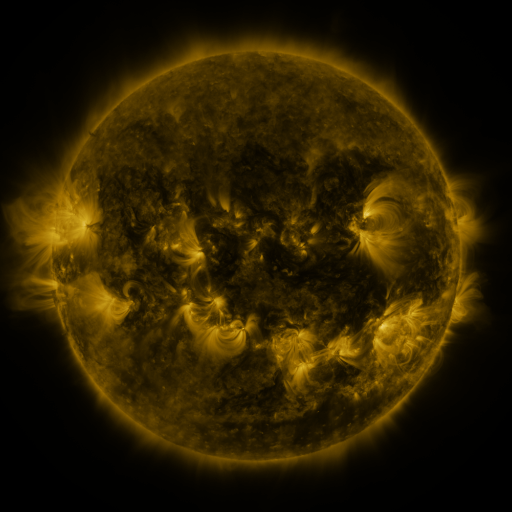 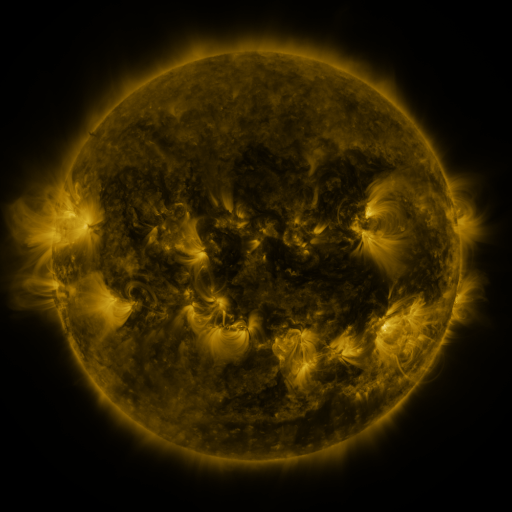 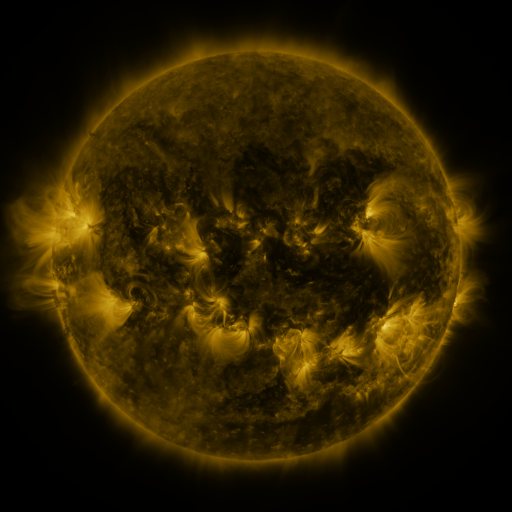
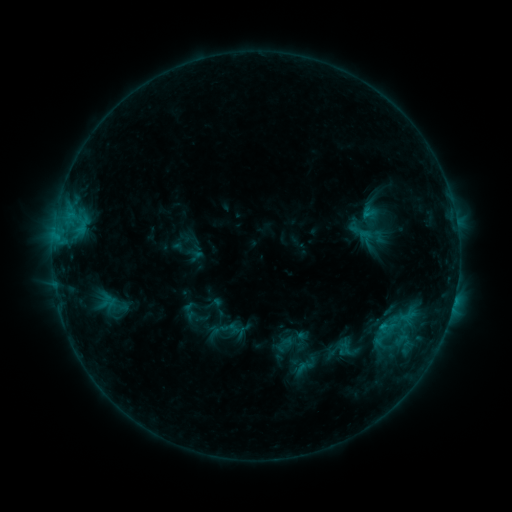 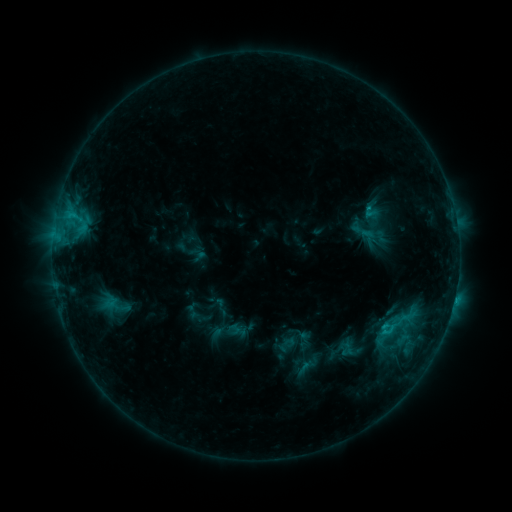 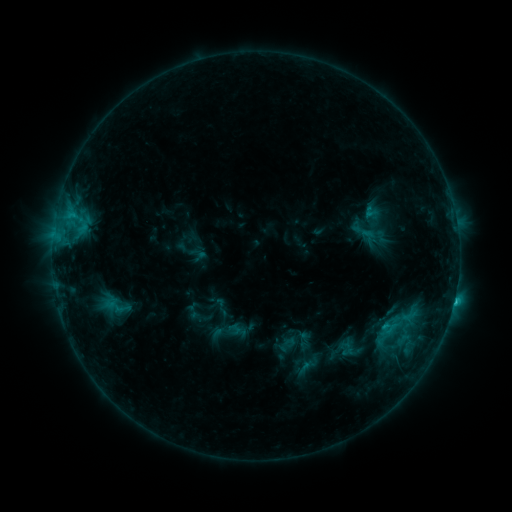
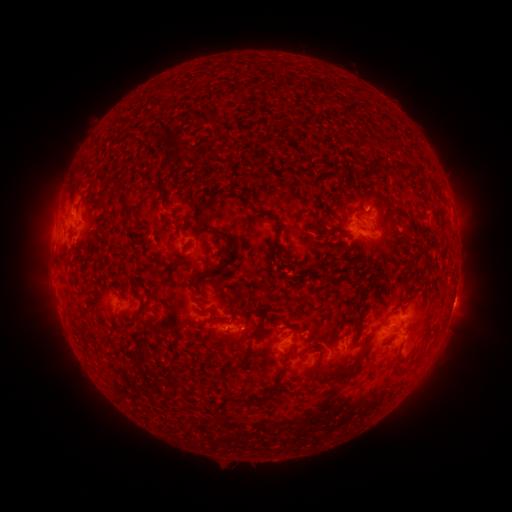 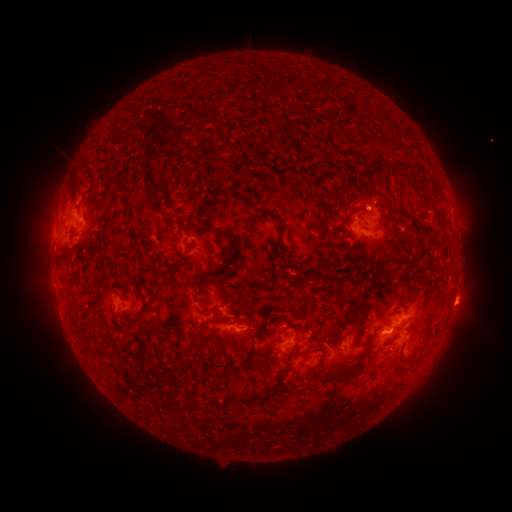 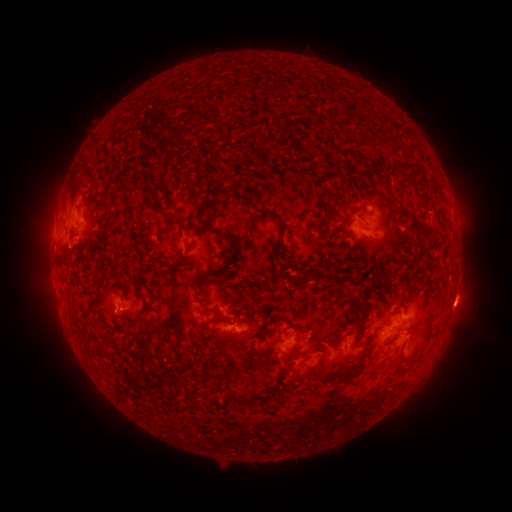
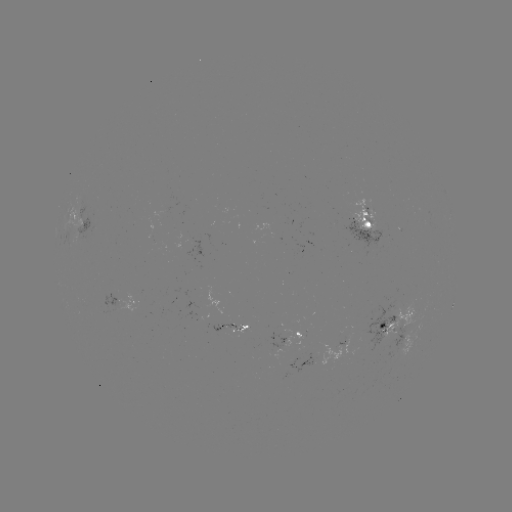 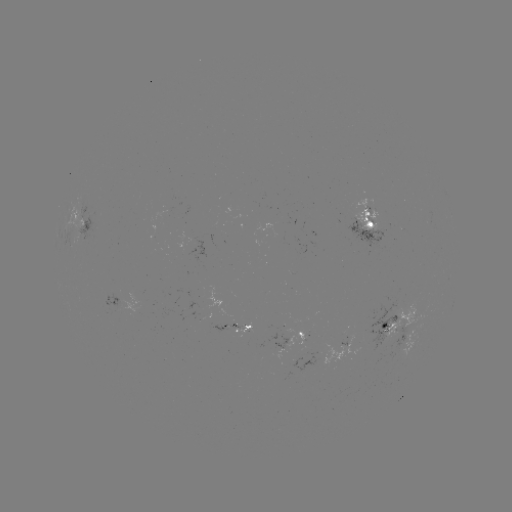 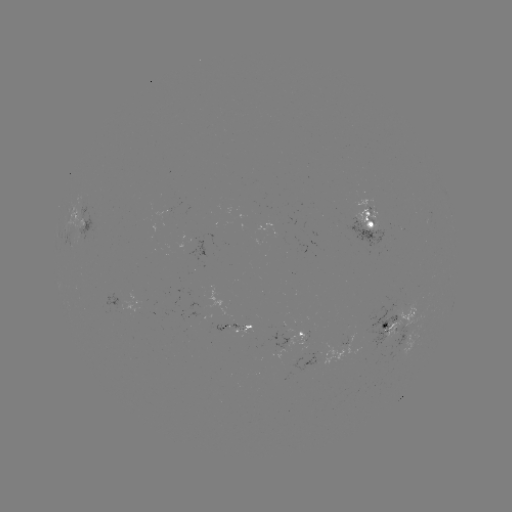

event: emerging-flux region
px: (254, 336)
